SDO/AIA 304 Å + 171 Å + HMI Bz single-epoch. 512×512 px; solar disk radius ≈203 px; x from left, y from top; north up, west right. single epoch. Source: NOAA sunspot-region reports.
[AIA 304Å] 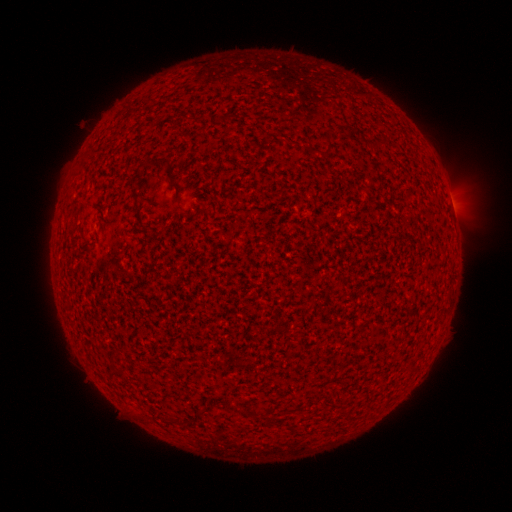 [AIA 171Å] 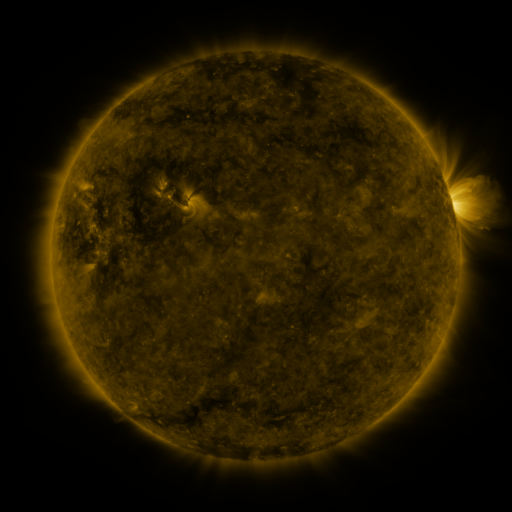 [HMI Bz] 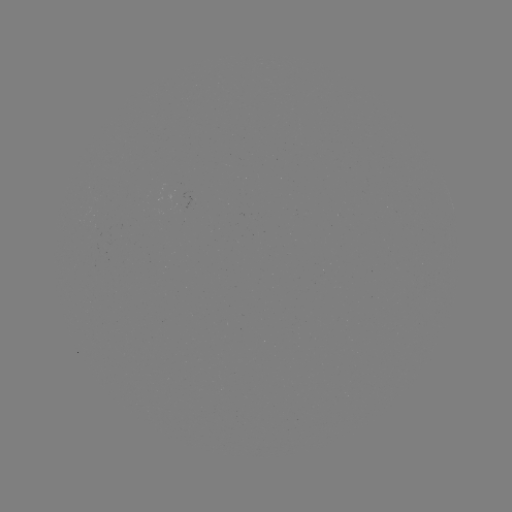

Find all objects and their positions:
(none)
